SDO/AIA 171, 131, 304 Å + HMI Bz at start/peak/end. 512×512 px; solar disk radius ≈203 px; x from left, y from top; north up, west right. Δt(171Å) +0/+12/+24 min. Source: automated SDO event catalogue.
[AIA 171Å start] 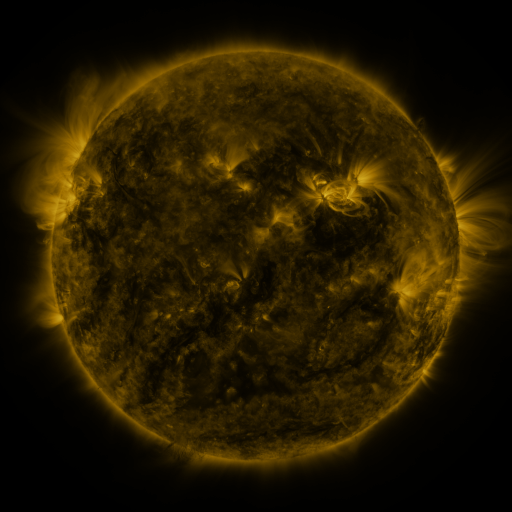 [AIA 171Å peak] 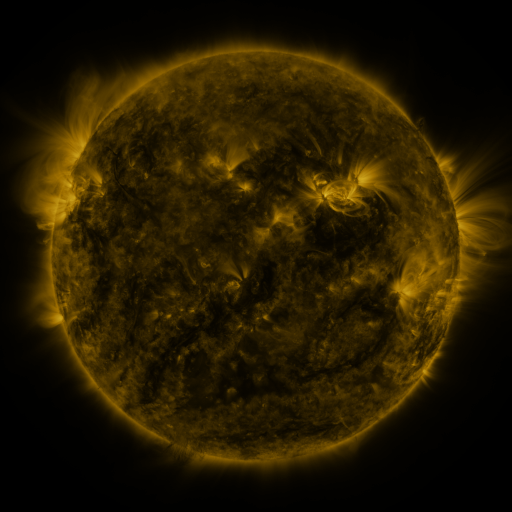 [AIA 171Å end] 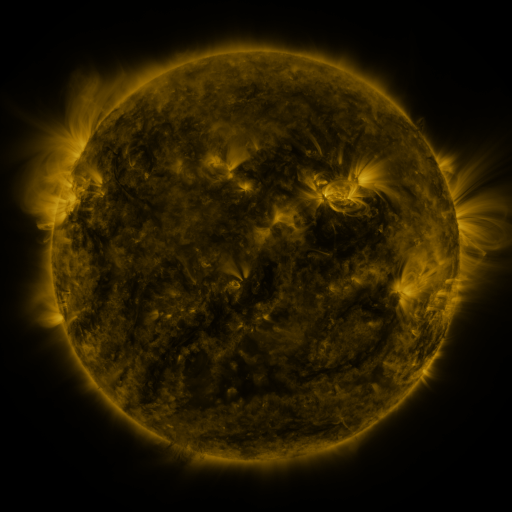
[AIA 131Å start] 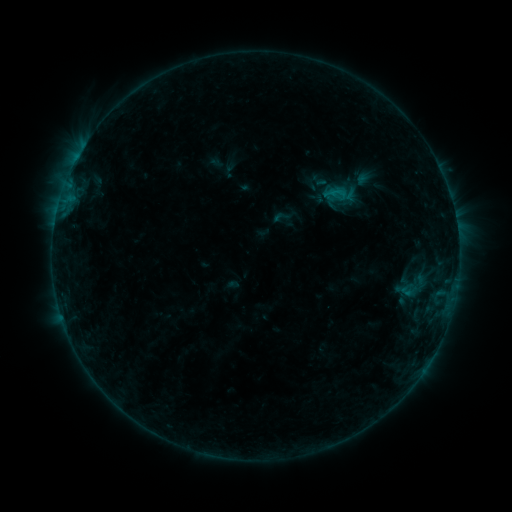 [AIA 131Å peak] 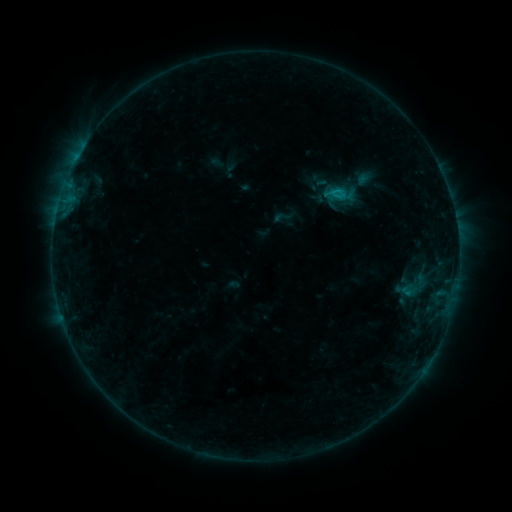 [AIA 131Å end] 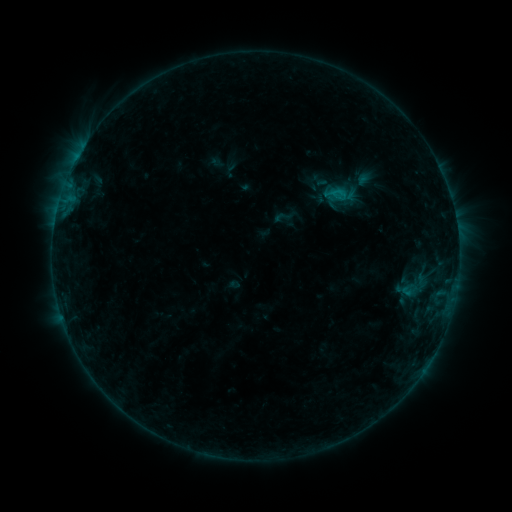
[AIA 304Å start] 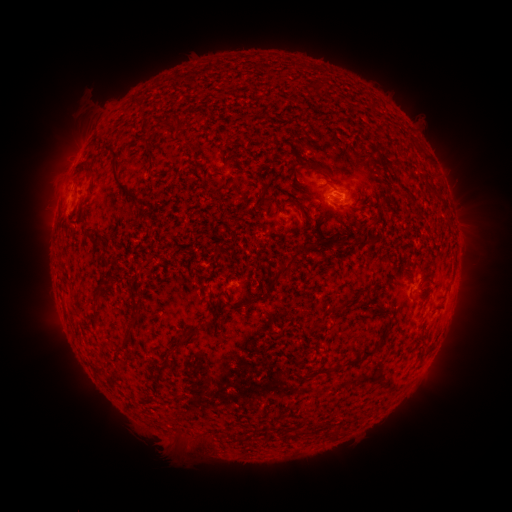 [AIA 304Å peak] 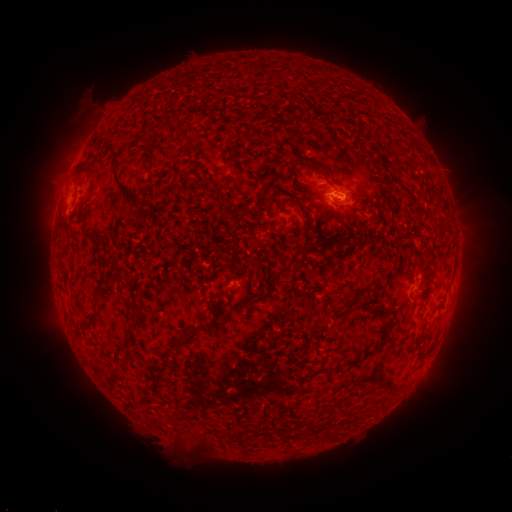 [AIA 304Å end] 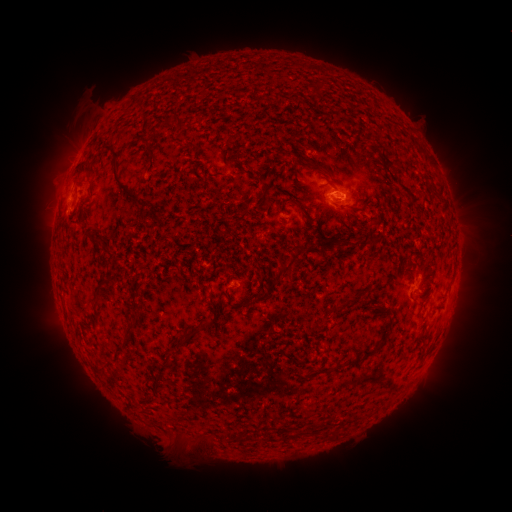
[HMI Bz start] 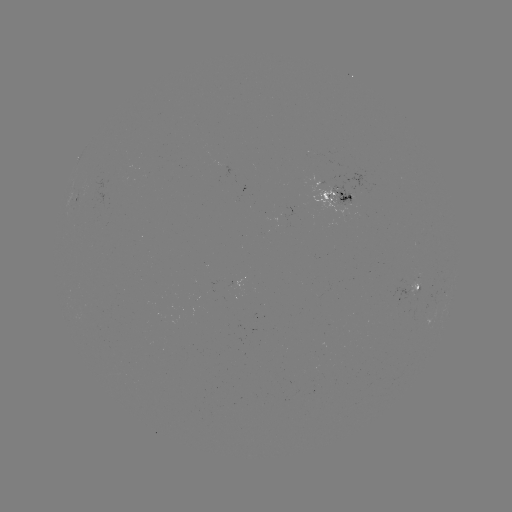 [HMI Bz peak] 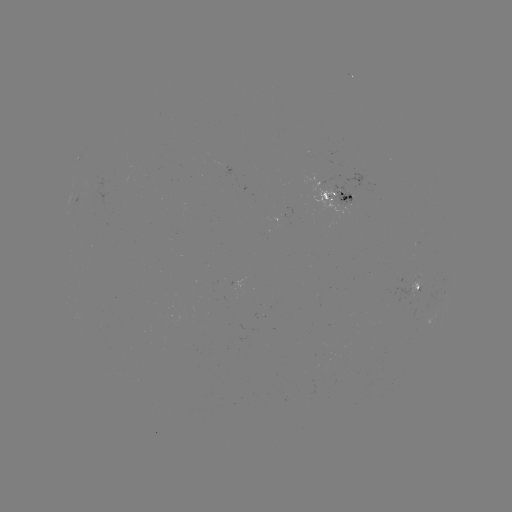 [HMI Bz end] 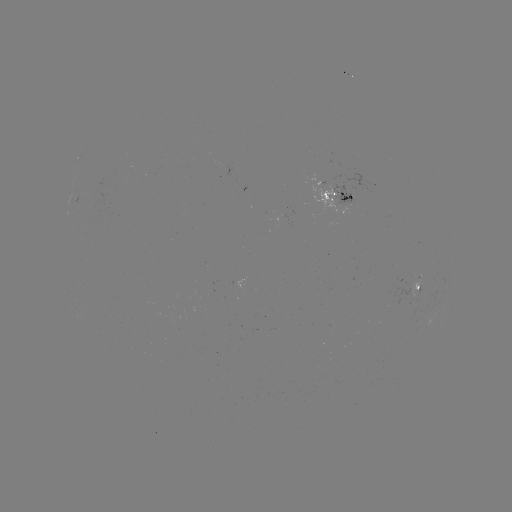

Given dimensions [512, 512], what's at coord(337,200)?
B6.7 flare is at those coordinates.